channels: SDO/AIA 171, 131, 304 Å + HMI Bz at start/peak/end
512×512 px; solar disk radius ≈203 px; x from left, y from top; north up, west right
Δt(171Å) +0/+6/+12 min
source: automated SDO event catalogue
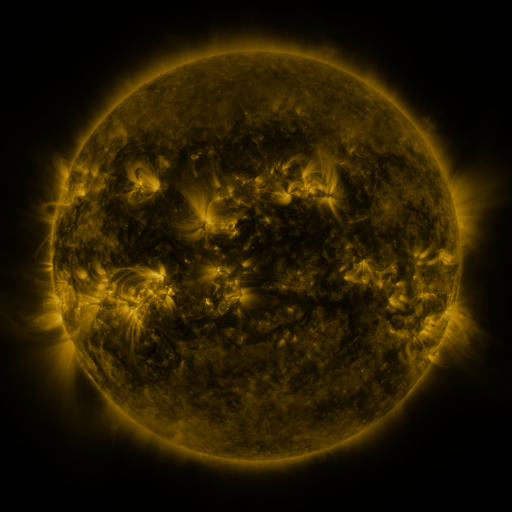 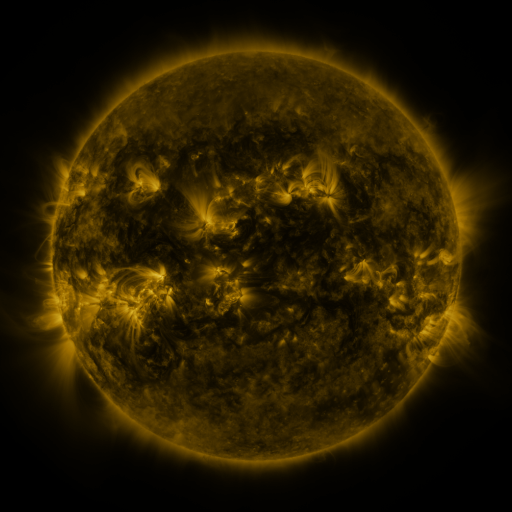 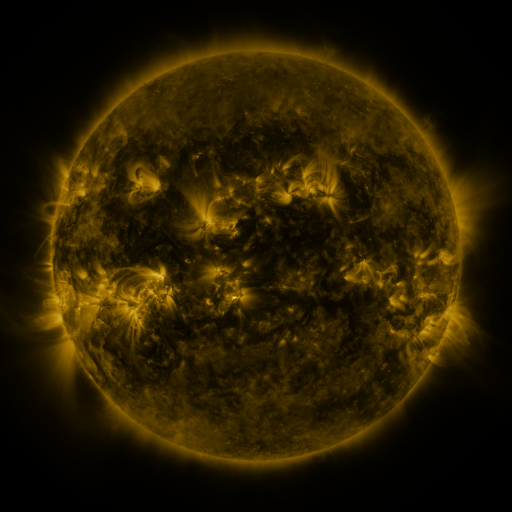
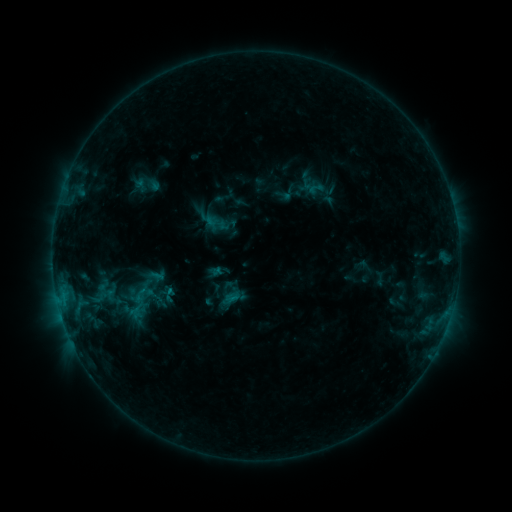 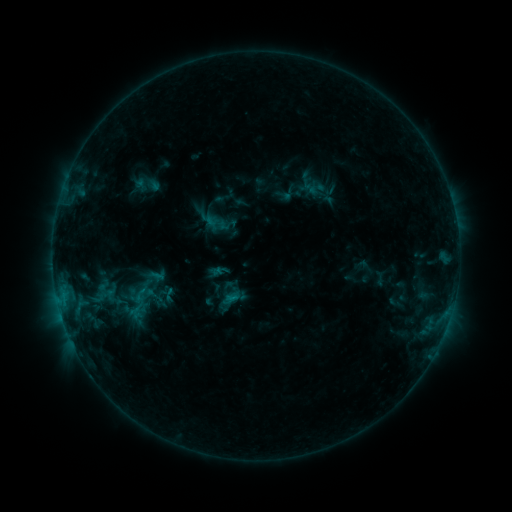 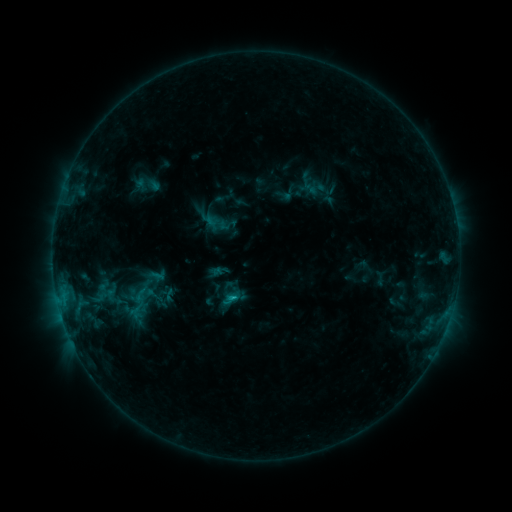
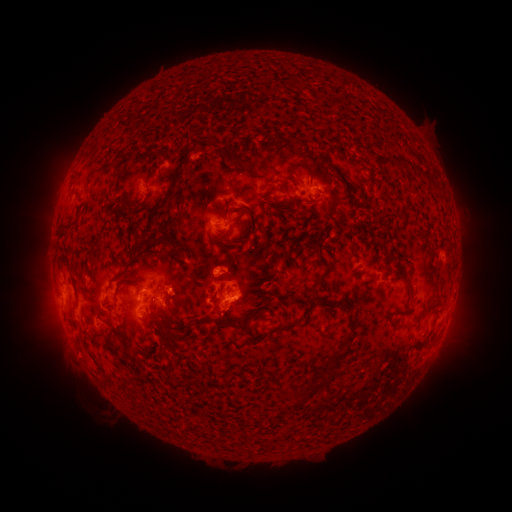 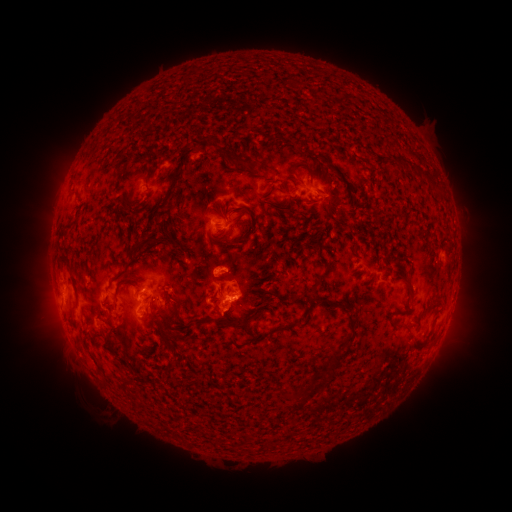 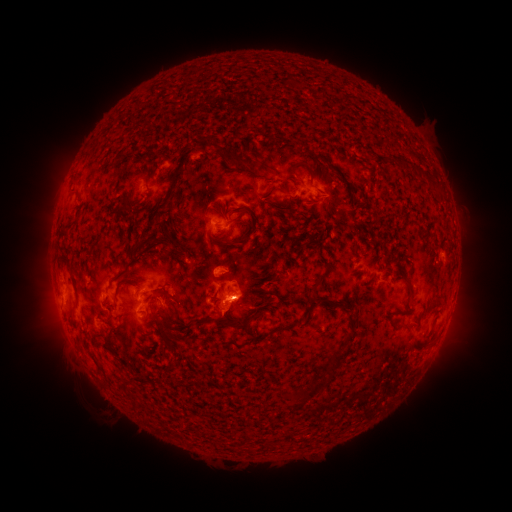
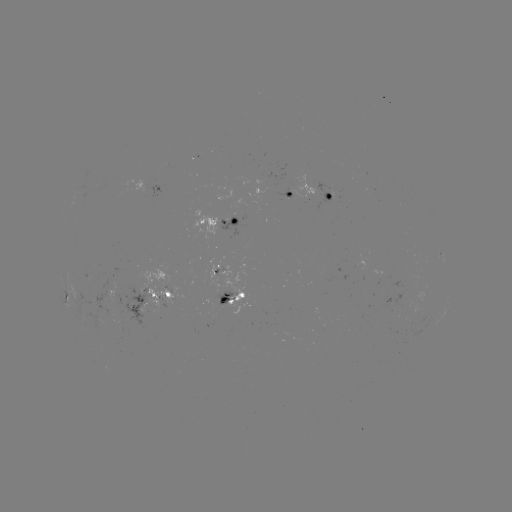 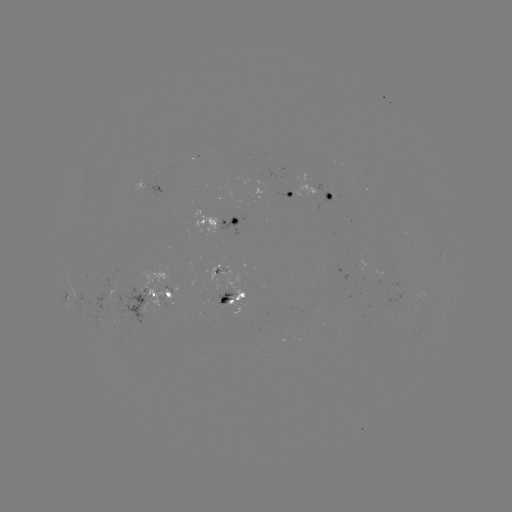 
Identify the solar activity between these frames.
B9.0 flare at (235, 296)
